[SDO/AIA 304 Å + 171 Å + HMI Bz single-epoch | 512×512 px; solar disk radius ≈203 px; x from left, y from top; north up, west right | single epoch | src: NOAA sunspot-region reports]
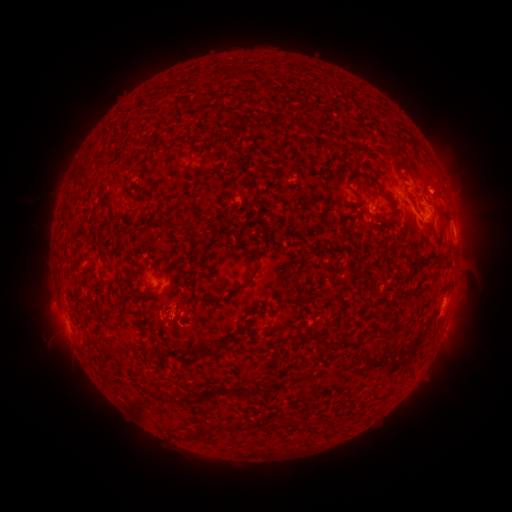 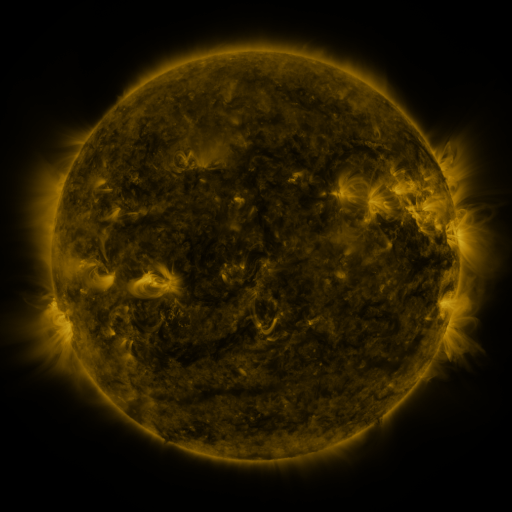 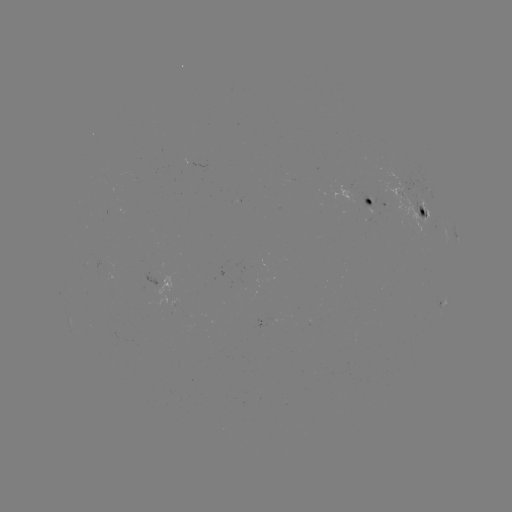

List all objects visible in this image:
spotted active region: (376, 201)
spotted active region: (424, 210)
spotted active region: (453, 232)
spotted active region: (443, 301)
